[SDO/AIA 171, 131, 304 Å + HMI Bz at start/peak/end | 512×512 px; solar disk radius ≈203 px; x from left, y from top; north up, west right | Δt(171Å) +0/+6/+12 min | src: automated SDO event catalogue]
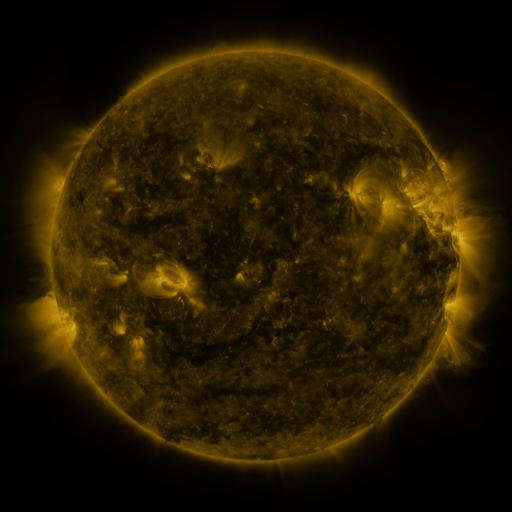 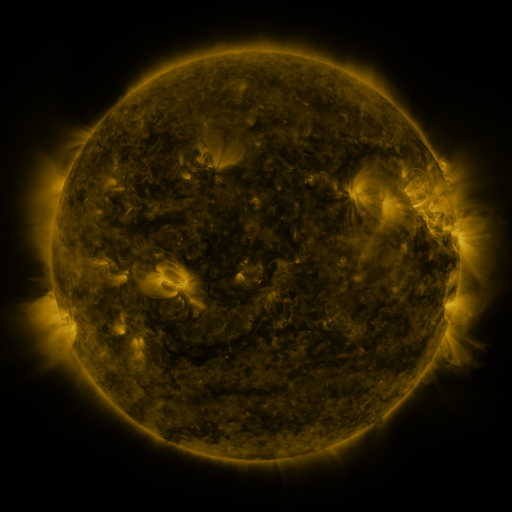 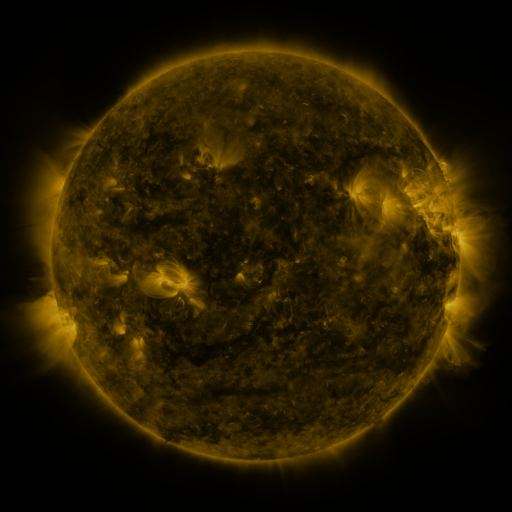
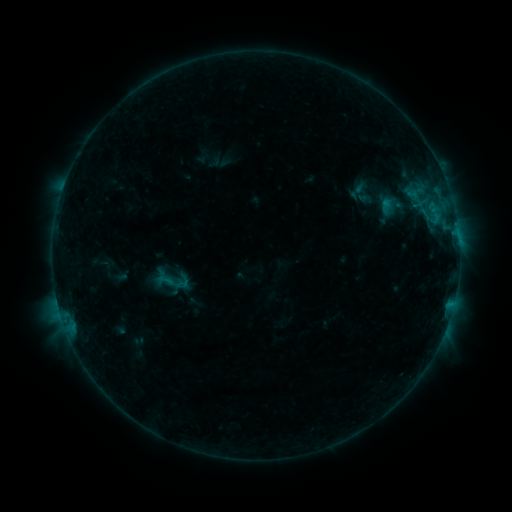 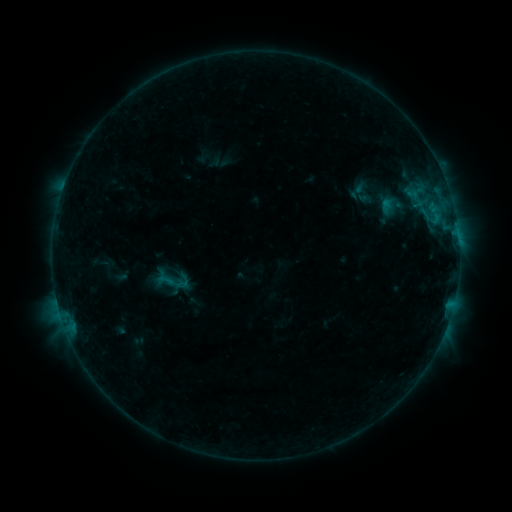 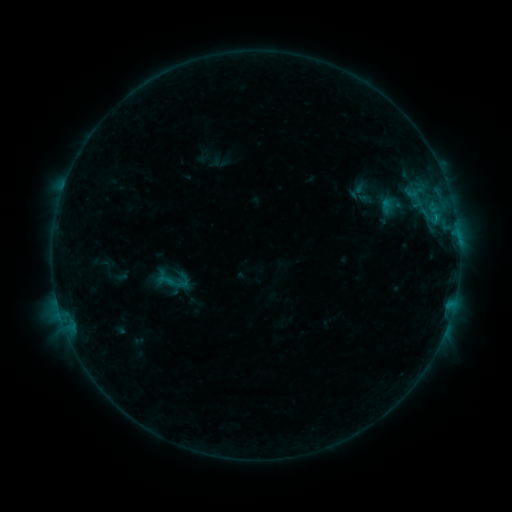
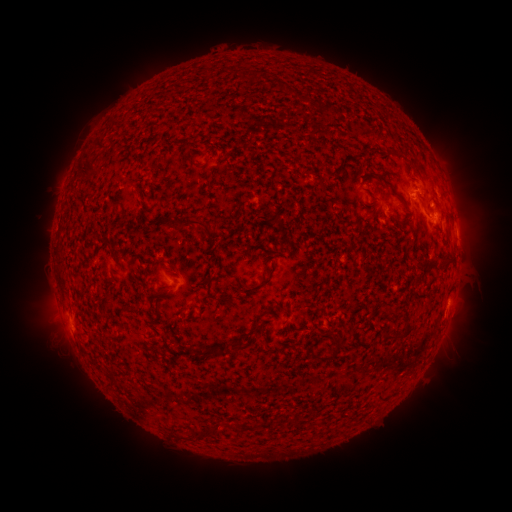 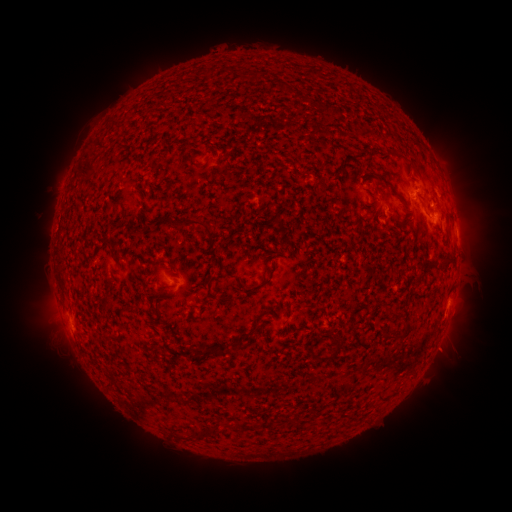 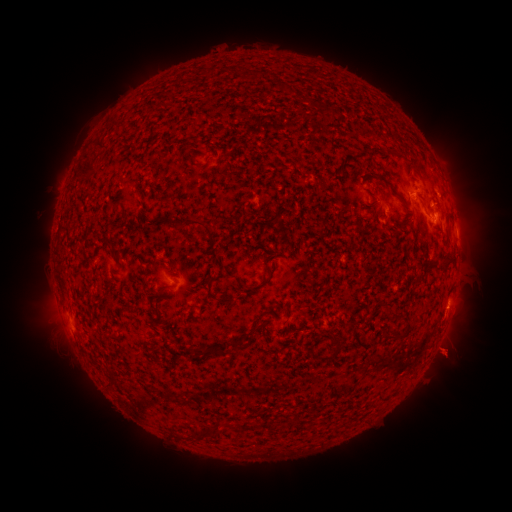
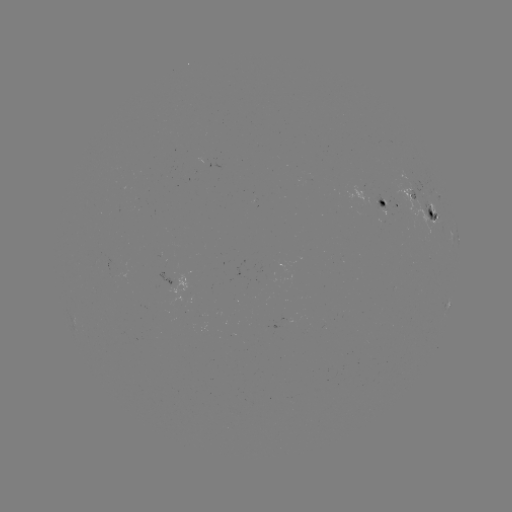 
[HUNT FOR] eruption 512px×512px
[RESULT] [450, 354]